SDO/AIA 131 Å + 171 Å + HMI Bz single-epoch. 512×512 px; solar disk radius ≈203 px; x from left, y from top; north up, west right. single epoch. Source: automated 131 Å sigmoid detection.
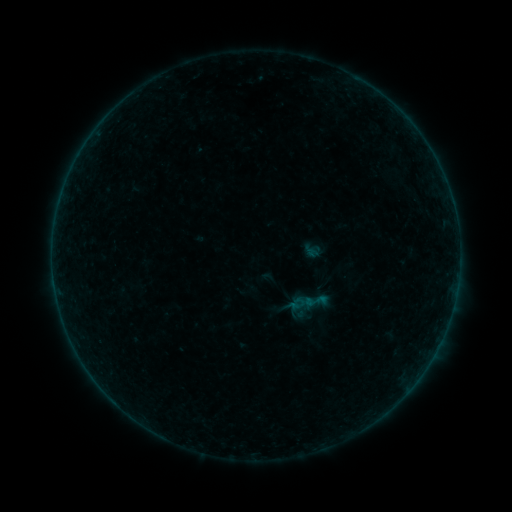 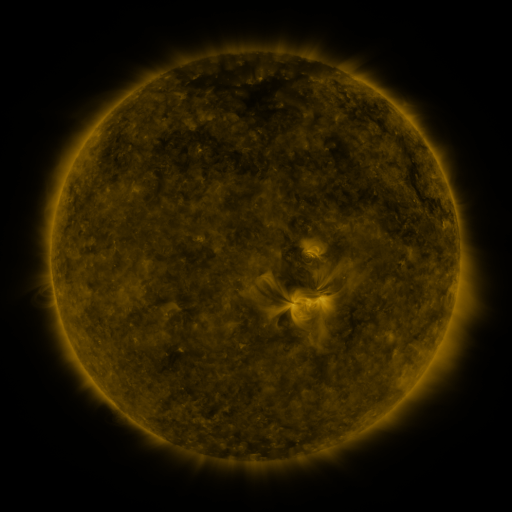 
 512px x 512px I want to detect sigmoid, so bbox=[304, 289, 327, 312].